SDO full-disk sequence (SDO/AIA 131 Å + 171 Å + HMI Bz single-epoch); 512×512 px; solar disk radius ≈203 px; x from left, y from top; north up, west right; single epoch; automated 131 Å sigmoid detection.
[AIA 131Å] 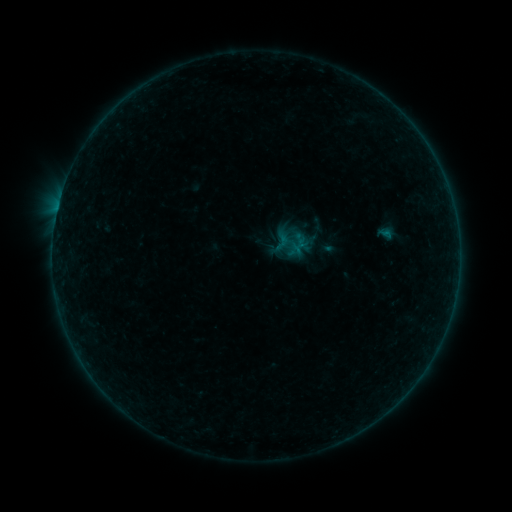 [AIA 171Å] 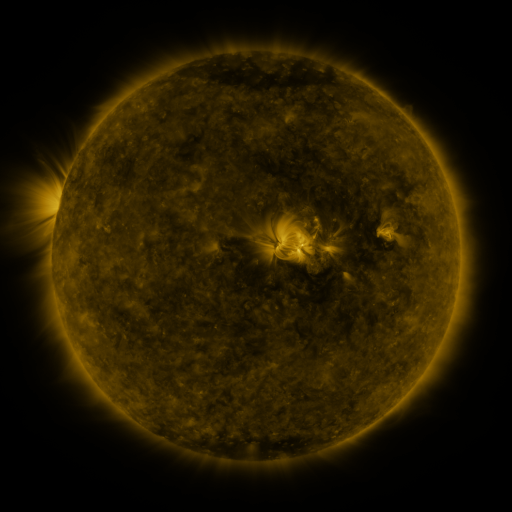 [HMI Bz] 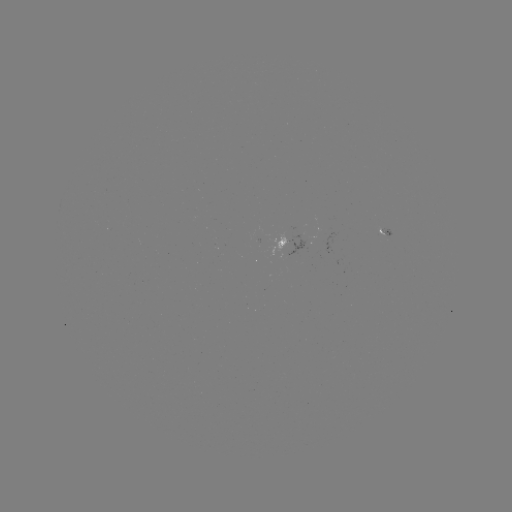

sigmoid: <bbox>273, 233, 291, 251</bbox>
